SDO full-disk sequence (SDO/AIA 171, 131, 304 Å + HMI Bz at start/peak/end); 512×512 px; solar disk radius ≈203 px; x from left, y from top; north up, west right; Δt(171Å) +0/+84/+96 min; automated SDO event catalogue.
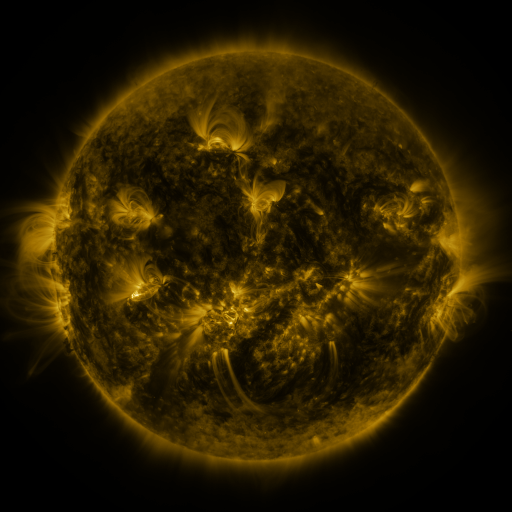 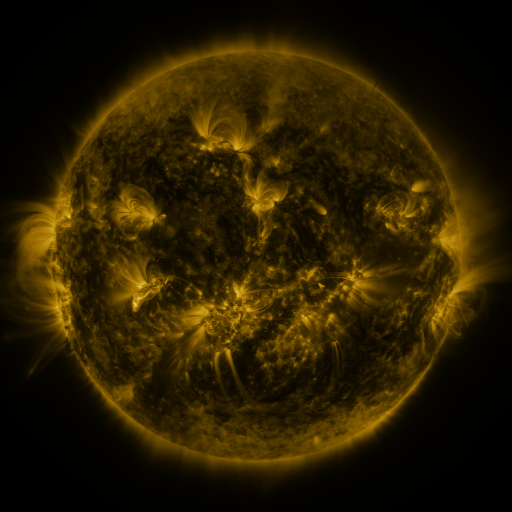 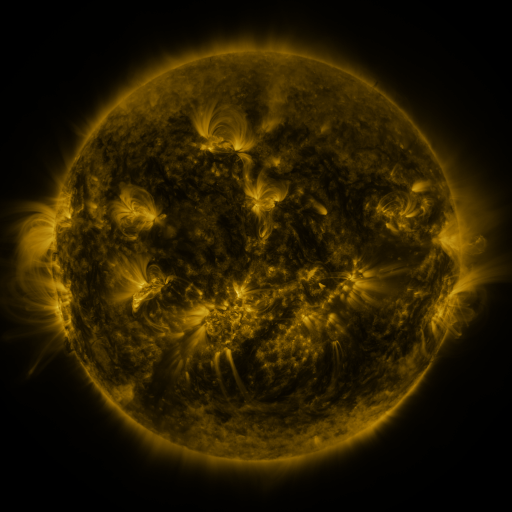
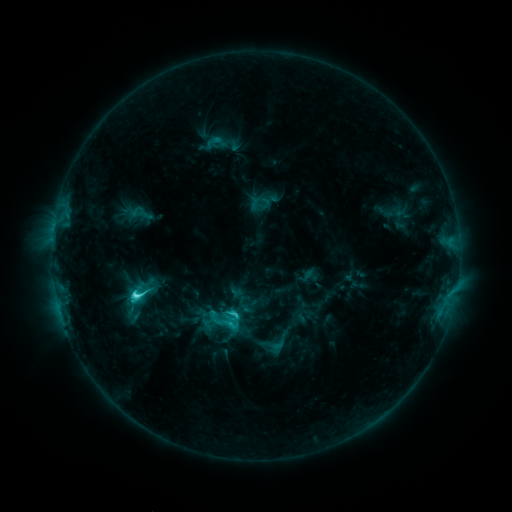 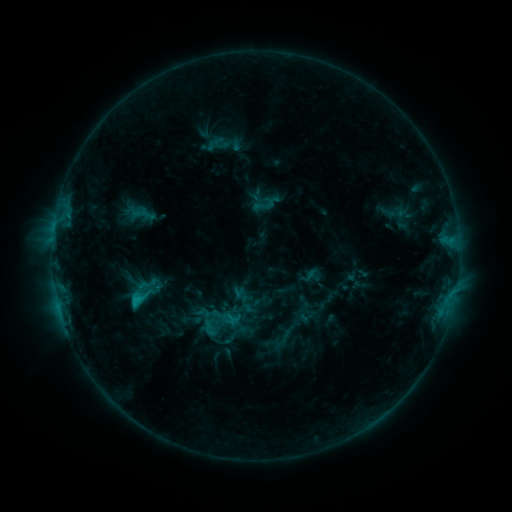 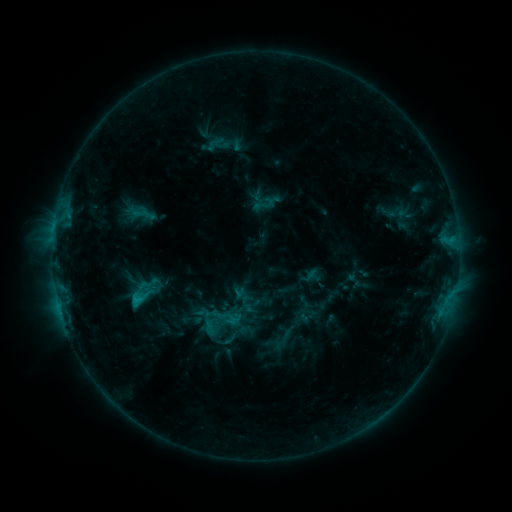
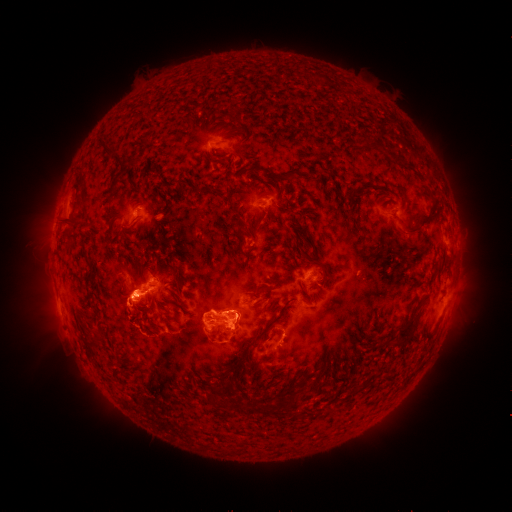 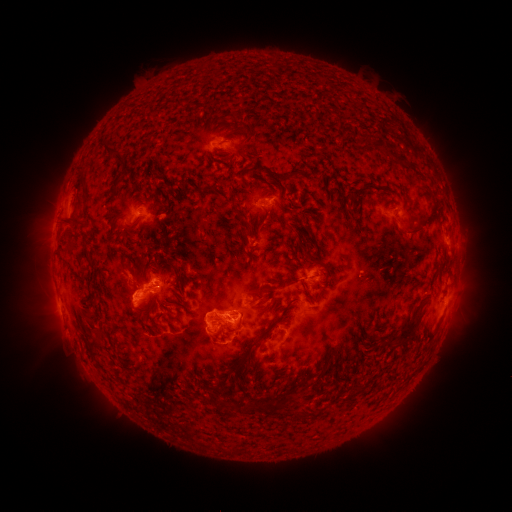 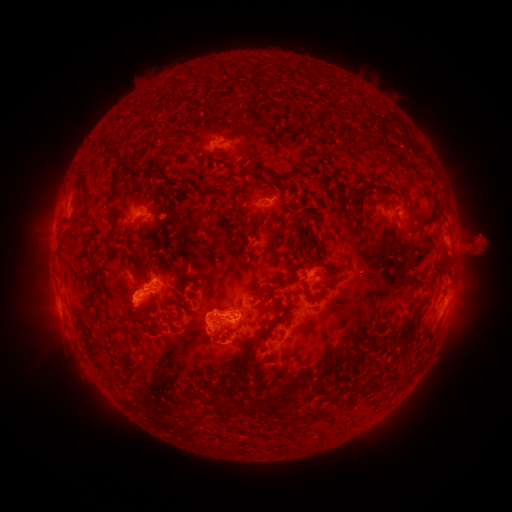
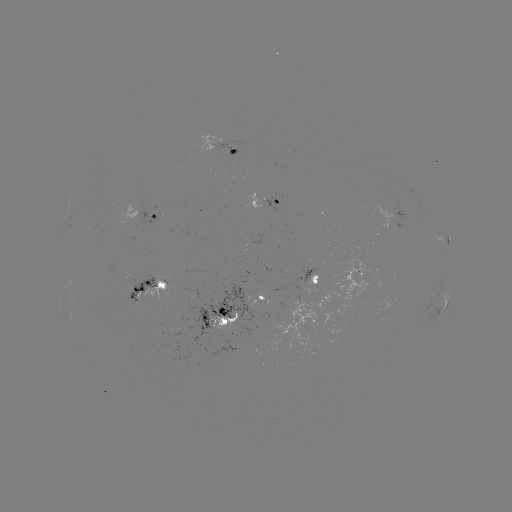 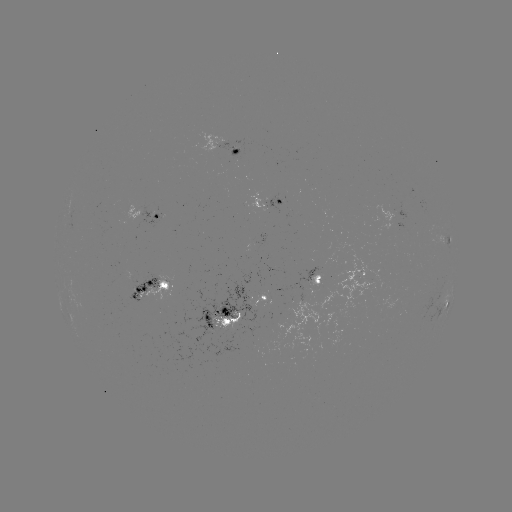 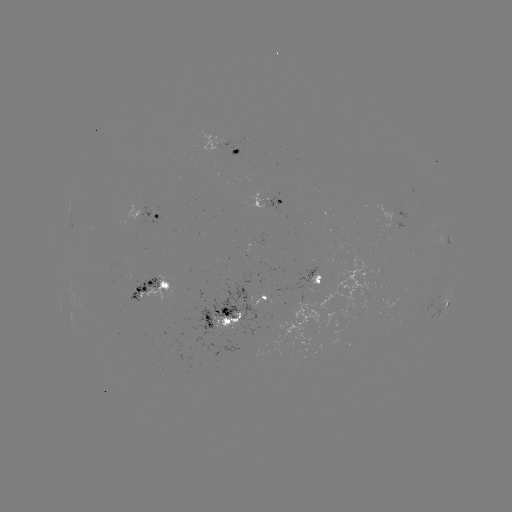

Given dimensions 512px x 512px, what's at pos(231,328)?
emerging-flux region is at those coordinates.